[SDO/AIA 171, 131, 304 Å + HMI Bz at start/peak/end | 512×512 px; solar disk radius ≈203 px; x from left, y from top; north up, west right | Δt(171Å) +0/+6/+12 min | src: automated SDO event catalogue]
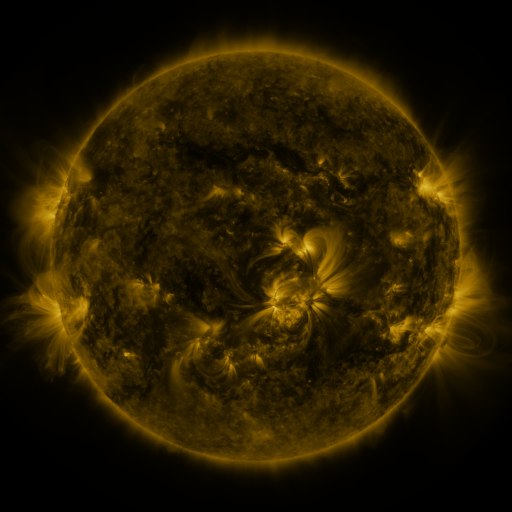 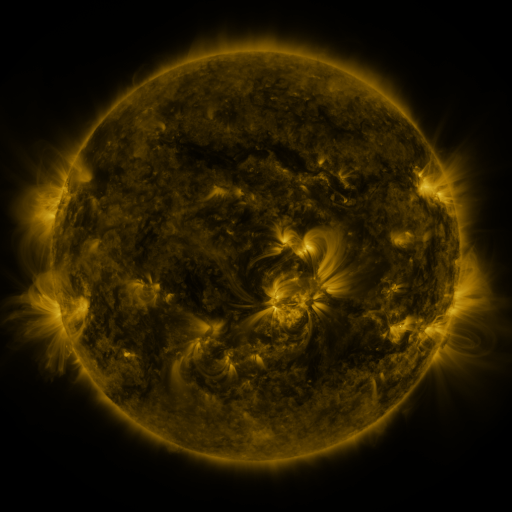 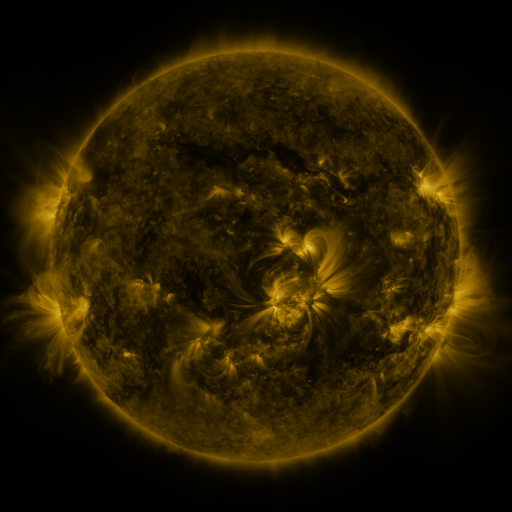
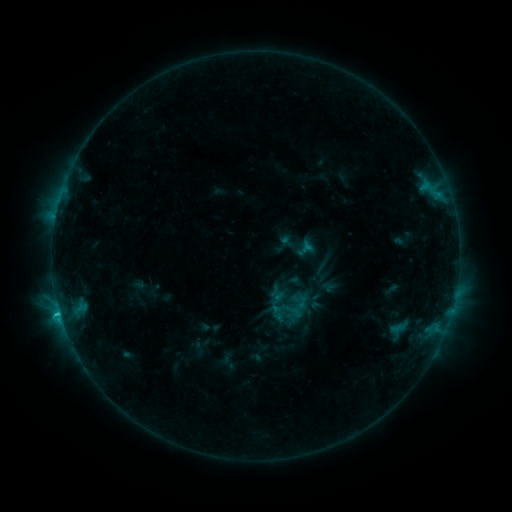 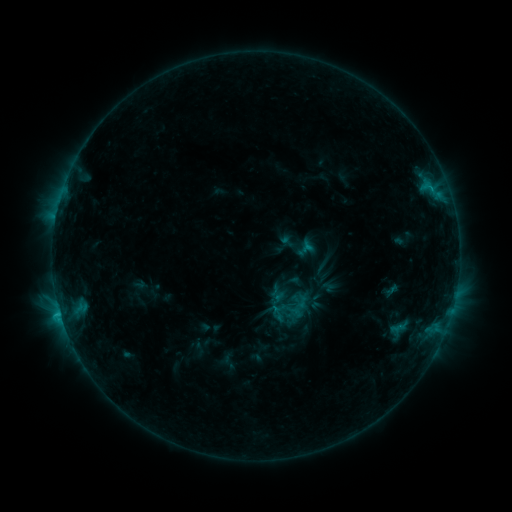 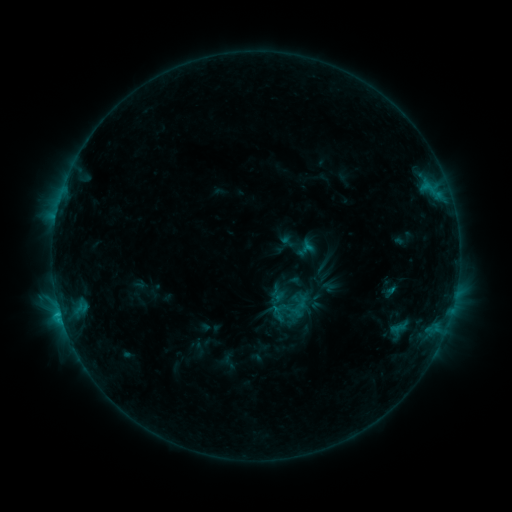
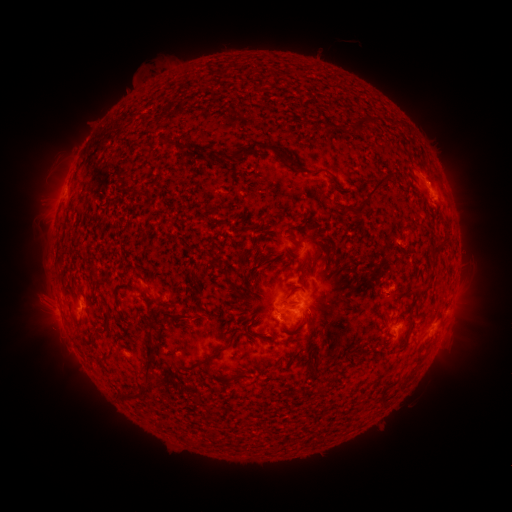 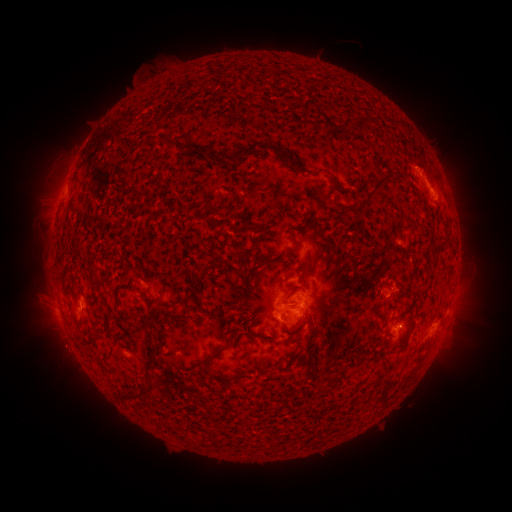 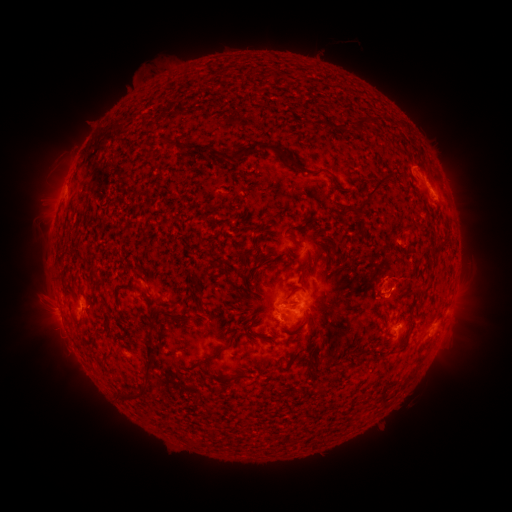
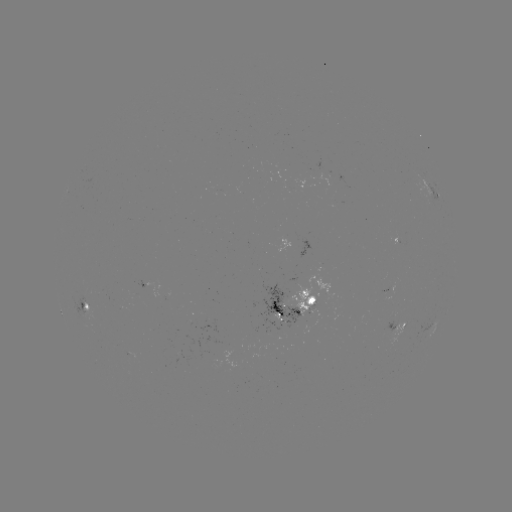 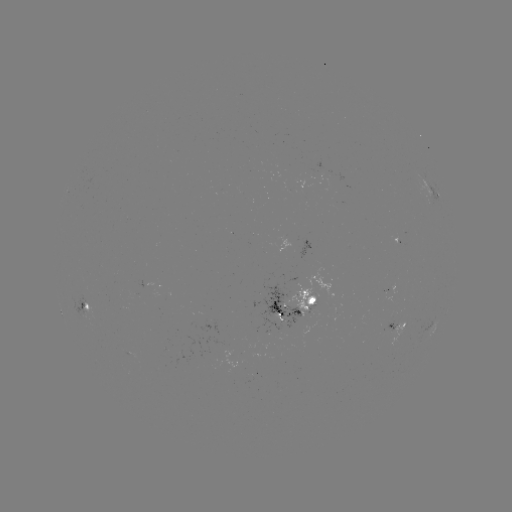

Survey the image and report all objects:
eruption: (421, 162)
